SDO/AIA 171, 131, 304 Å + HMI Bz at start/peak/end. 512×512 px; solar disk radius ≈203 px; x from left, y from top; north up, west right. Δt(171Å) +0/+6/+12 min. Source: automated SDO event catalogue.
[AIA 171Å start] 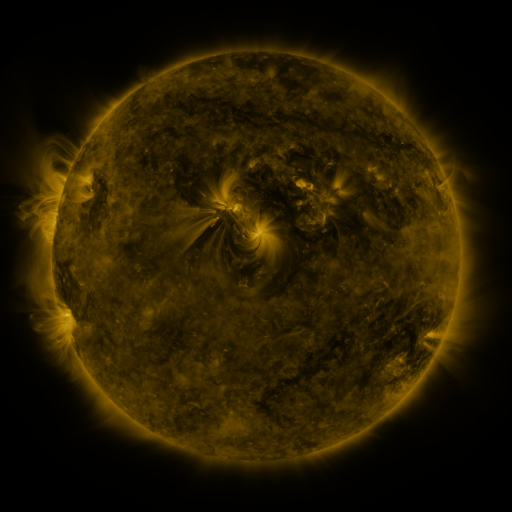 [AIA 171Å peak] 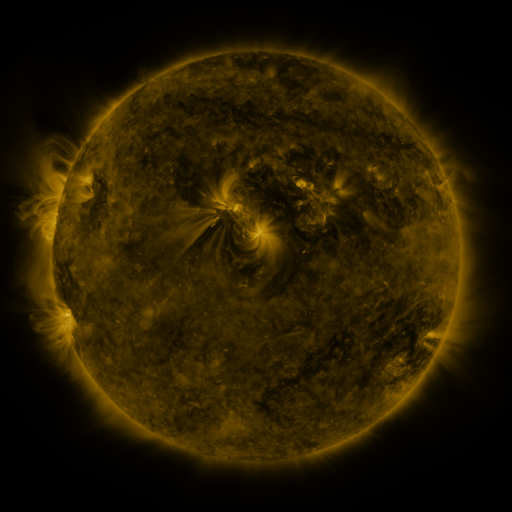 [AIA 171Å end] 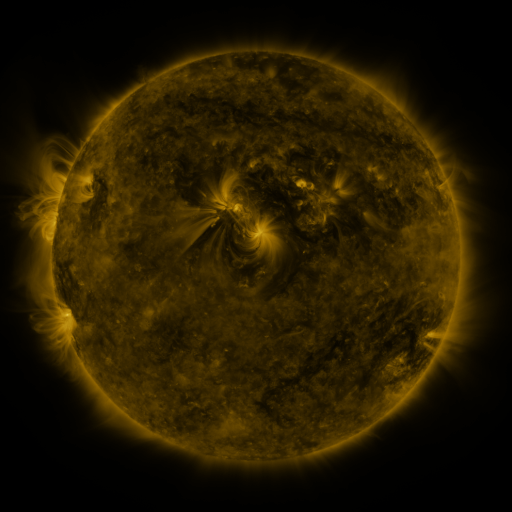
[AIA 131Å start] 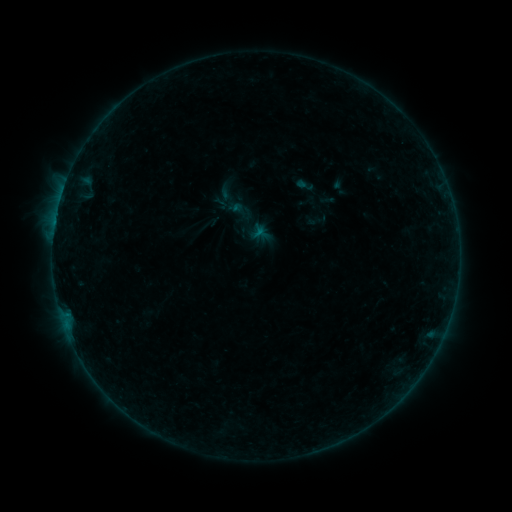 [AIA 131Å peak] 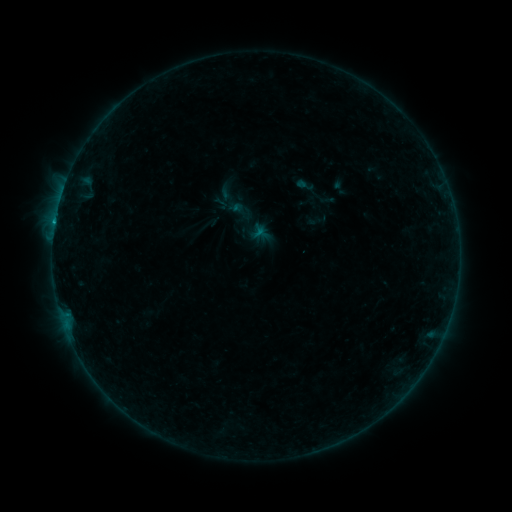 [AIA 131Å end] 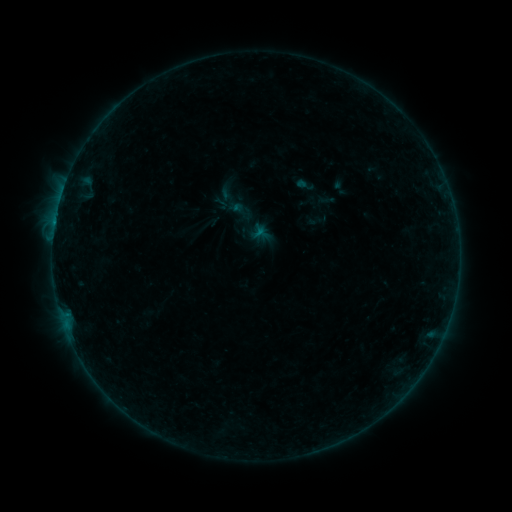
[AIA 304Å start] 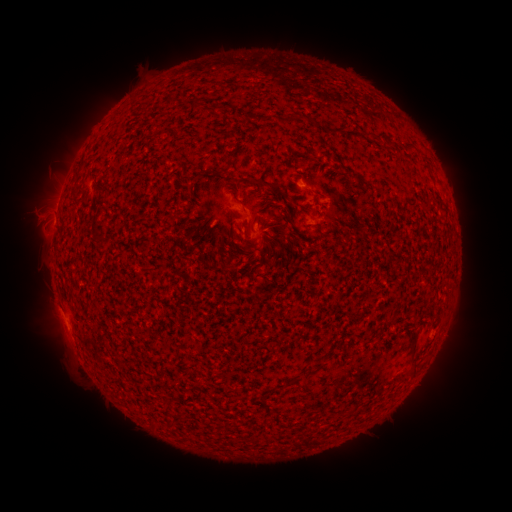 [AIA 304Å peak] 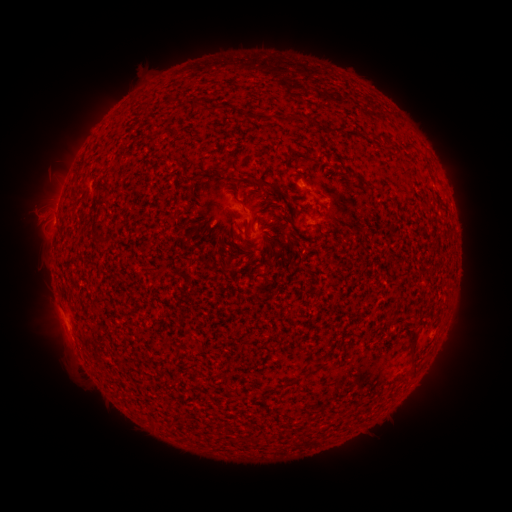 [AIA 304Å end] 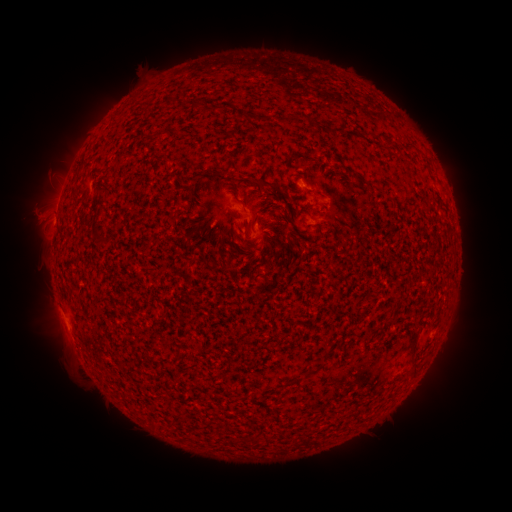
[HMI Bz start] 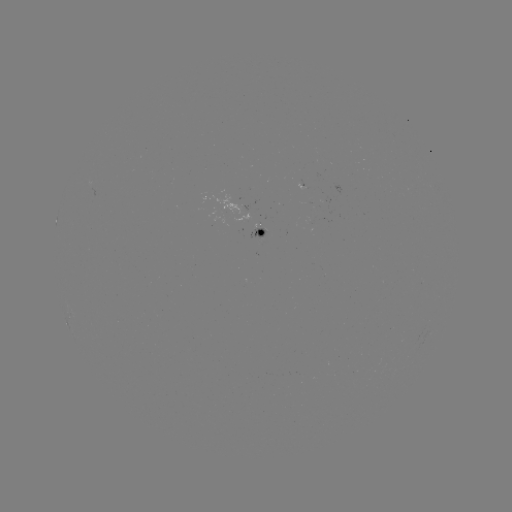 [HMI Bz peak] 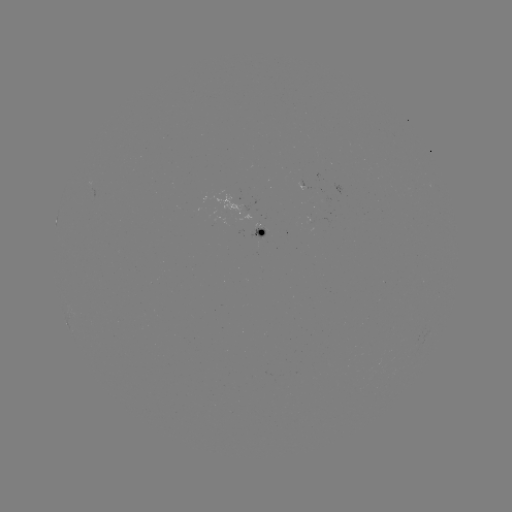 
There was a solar flare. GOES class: B2.4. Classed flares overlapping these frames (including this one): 1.